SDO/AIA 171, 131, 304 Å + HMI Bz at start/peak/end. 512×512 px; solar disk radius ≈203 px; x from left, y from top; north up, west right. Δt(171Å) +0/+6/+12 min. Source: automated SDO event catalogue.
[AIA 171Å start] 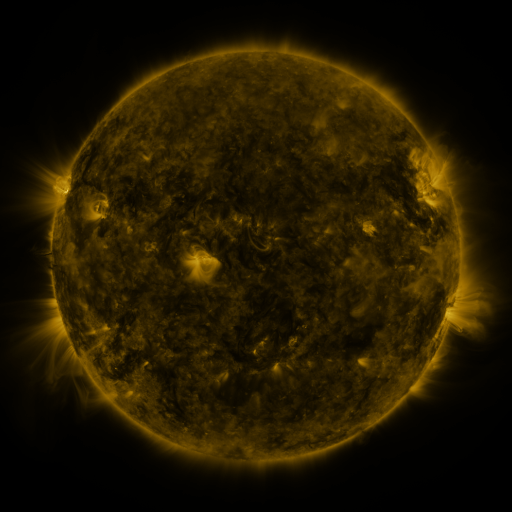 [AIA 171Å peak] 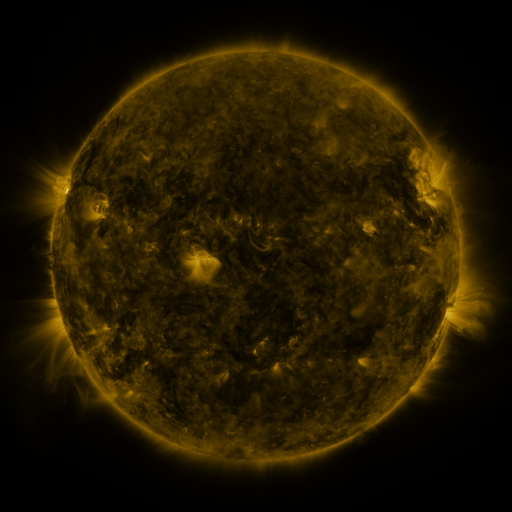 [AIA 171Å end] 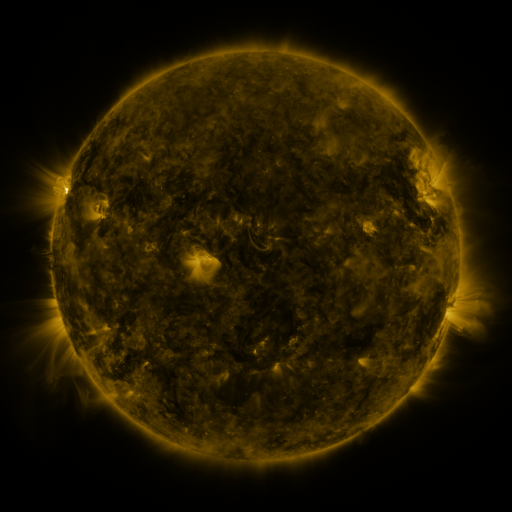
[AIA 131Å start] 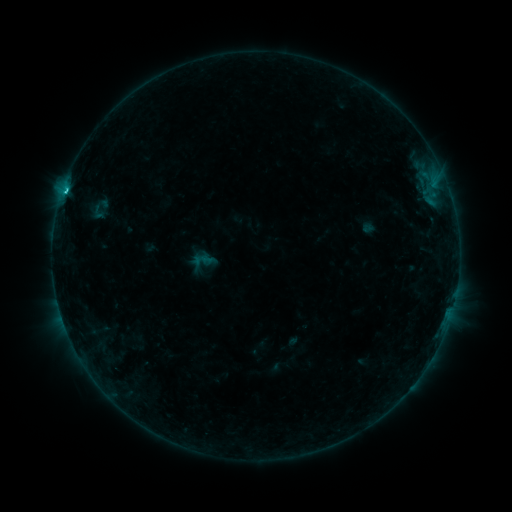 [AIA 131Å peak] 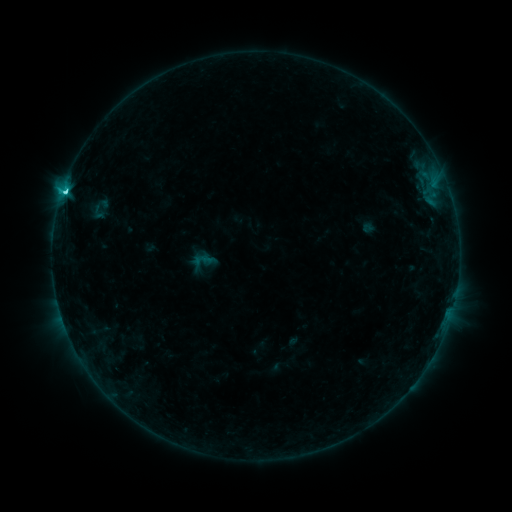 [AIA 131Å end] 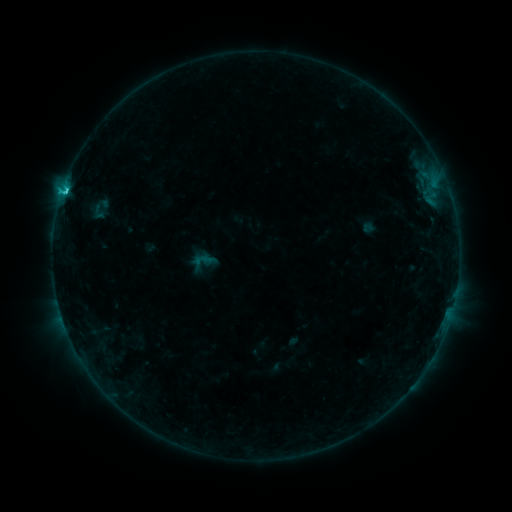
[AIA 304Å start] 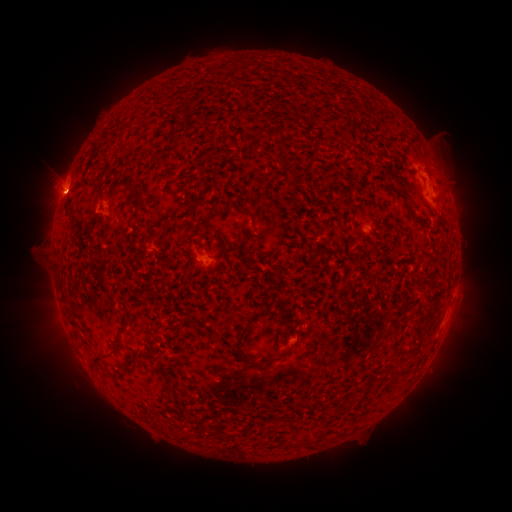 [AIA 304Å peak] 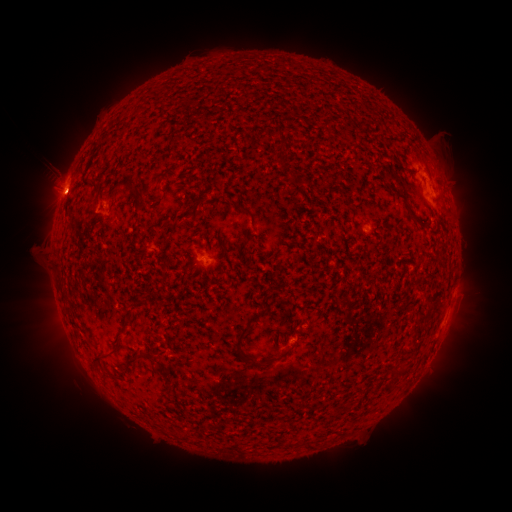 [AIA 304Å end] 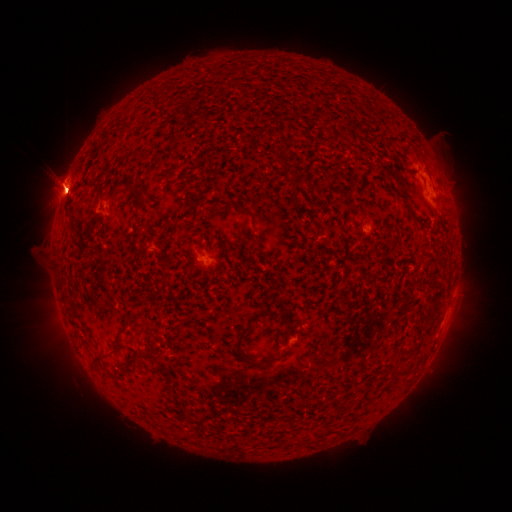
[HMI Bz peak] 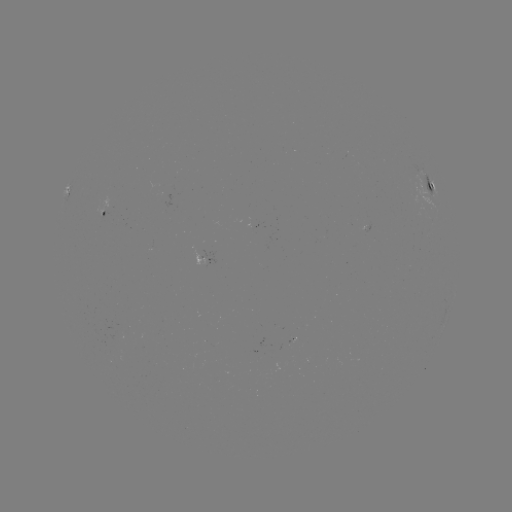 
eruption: (417, 133, 477, 228)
